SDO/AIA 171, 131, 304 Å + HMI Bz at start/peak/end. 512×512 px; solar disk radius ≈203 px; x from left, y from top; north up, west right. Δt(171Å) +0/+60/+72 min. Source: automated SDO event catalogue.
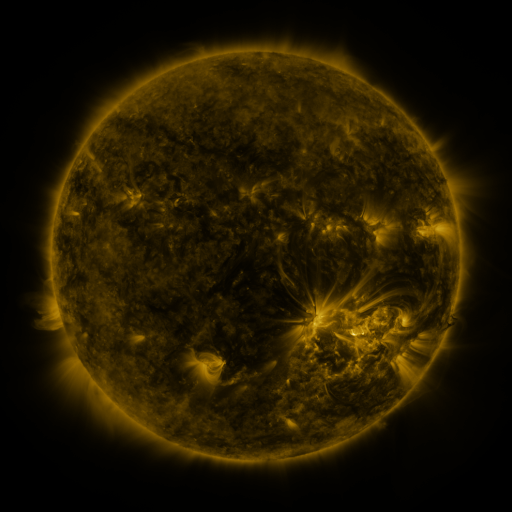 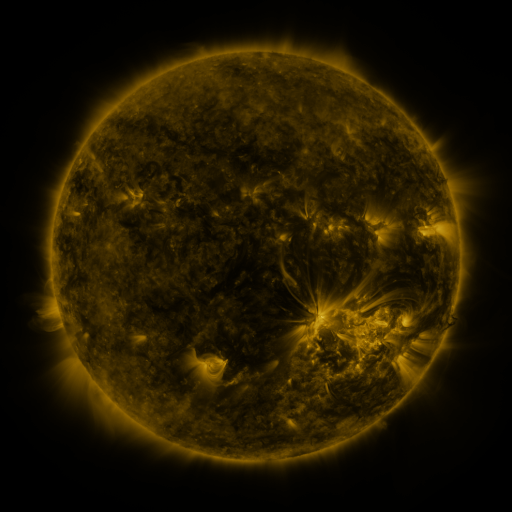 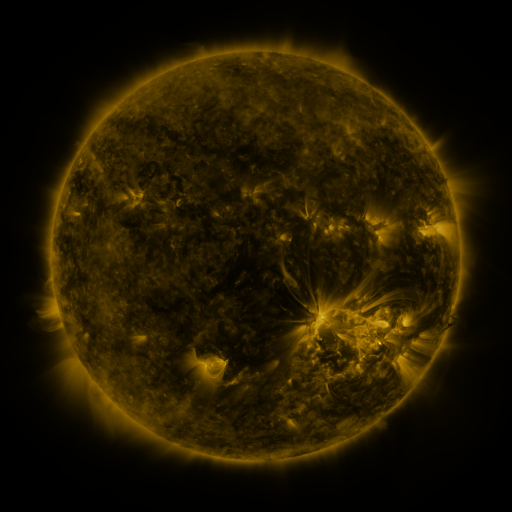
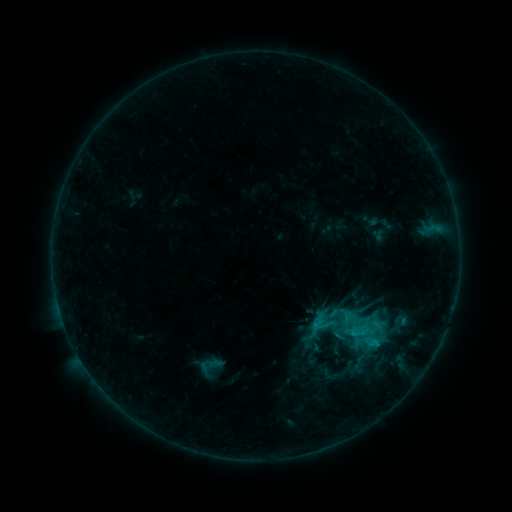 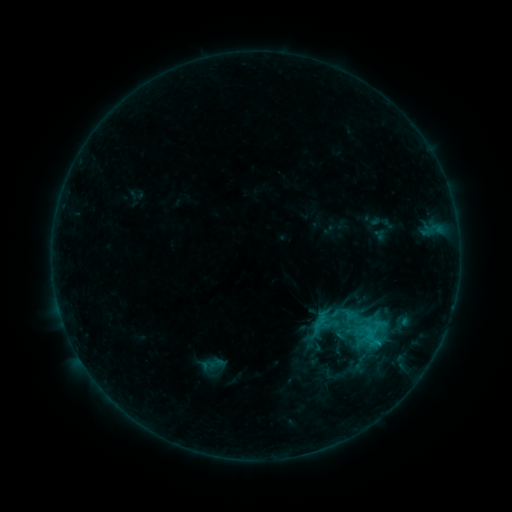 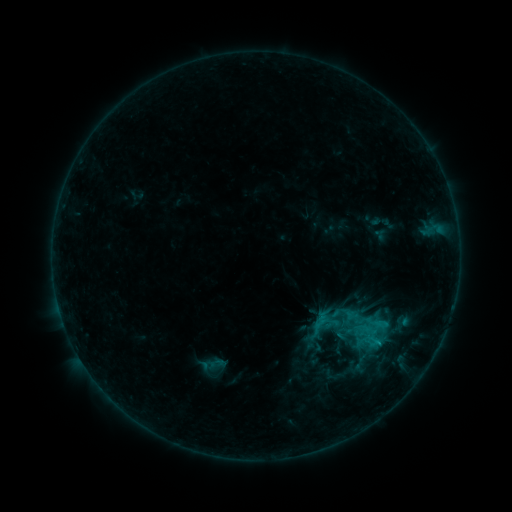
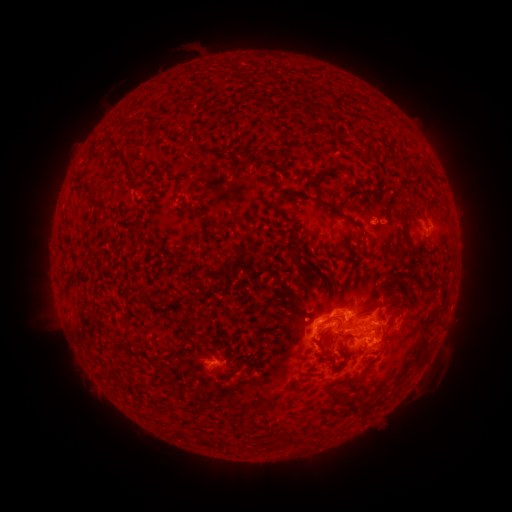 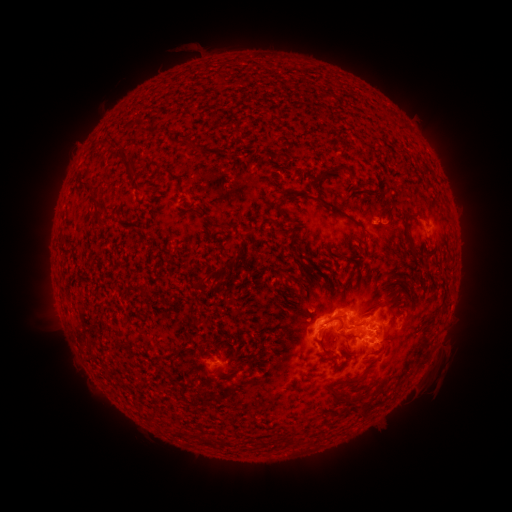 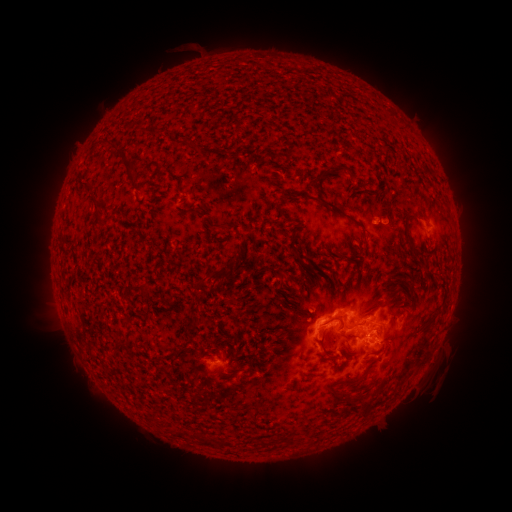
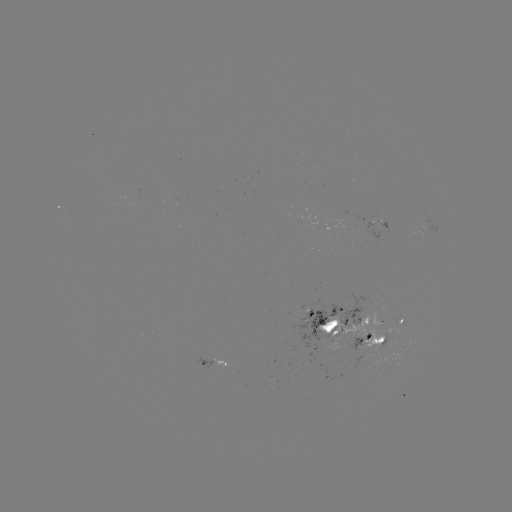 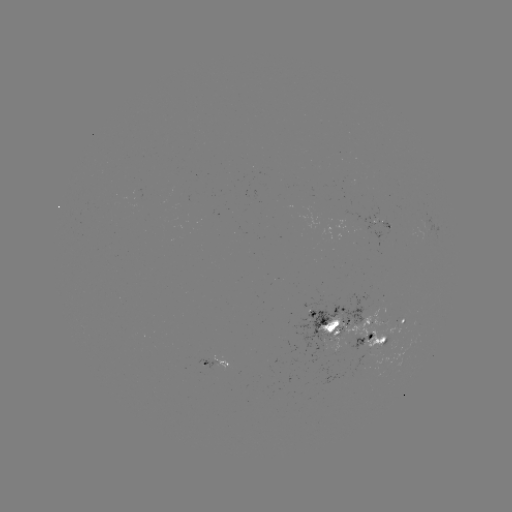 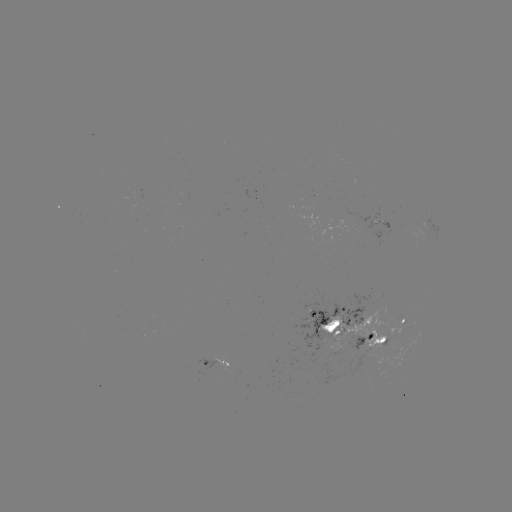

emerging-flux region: <bbox>317, 307, 389, 358</bbox>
